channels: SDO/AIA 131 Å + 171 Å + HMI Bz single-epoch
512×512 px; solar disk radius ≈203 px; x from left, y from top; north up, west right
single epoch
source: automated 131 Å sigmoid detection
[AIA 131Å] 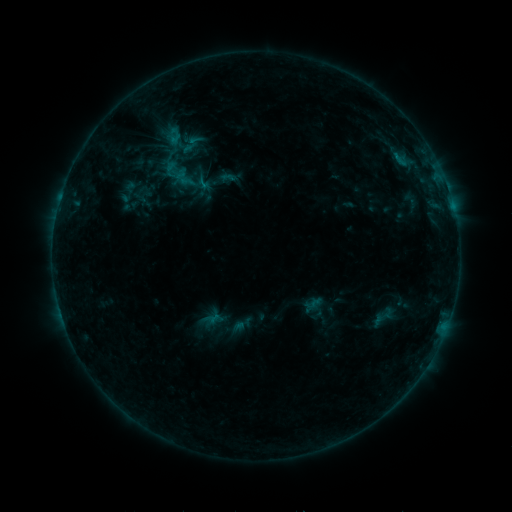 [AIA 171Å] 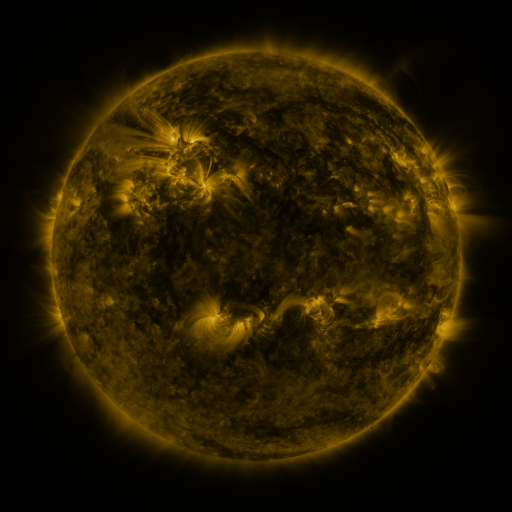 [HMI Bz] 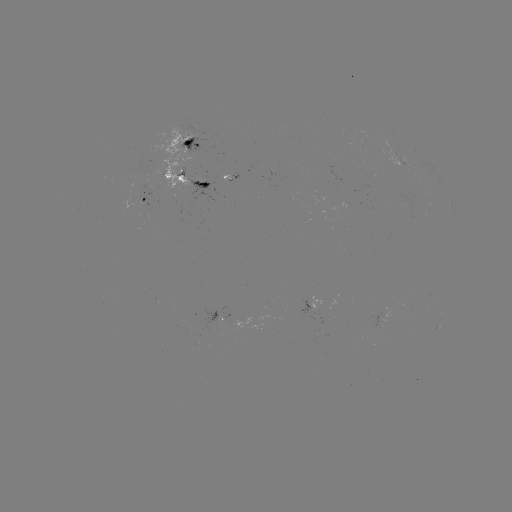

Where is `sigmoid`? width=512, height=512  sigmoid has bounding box [371, 303, 396, 331].